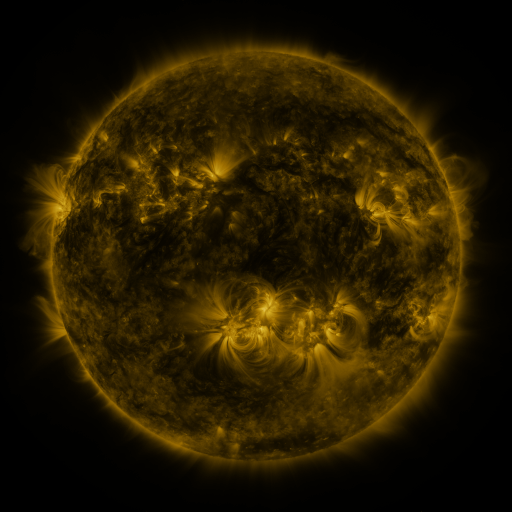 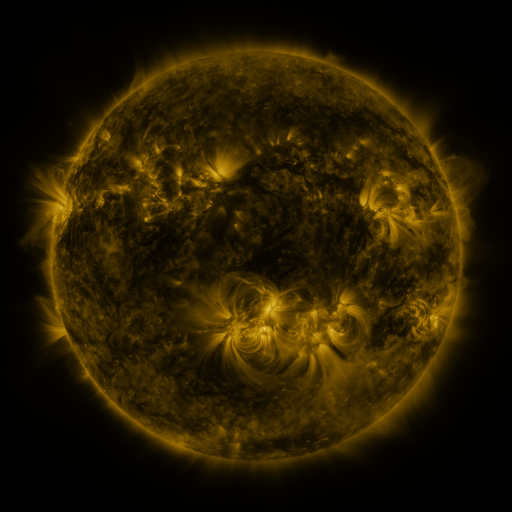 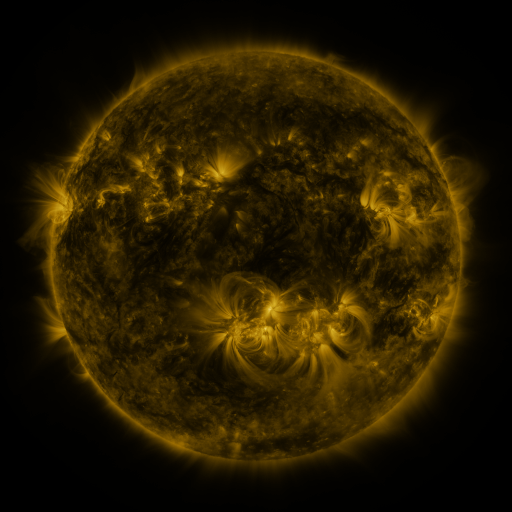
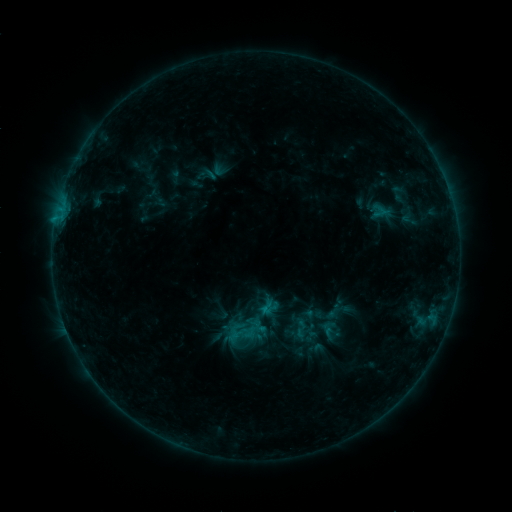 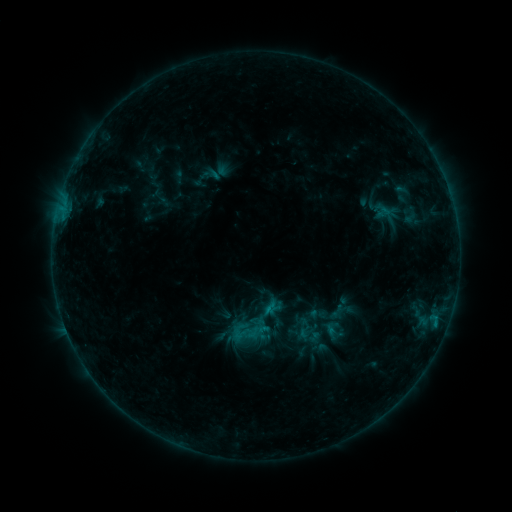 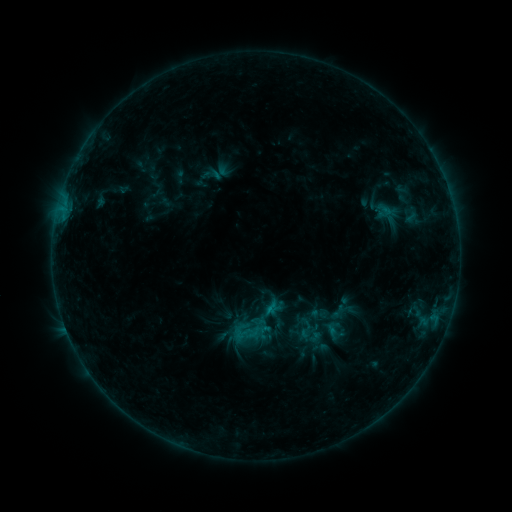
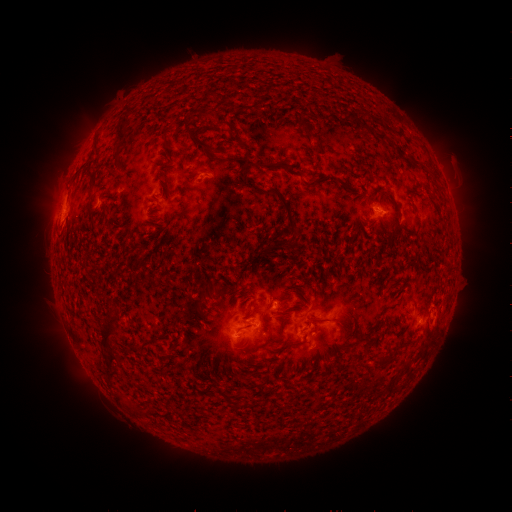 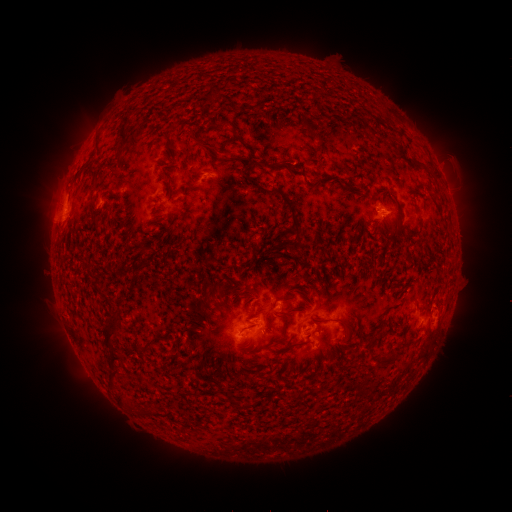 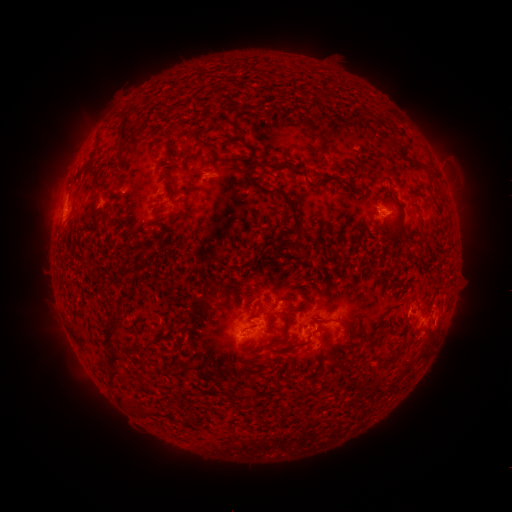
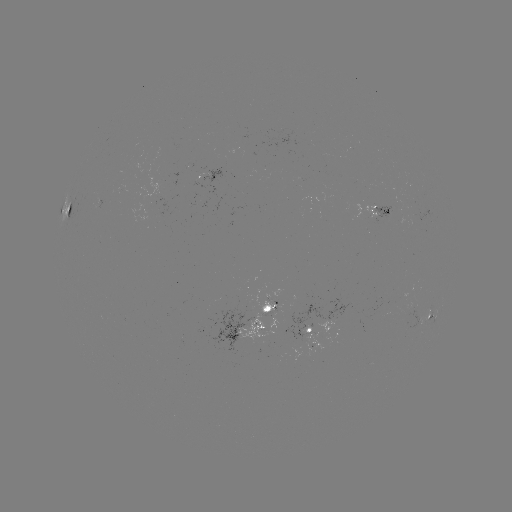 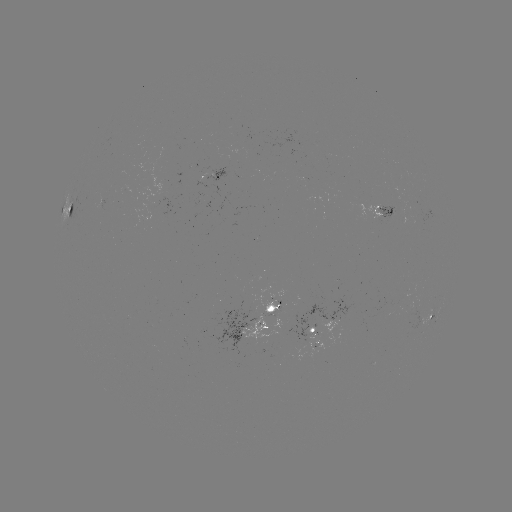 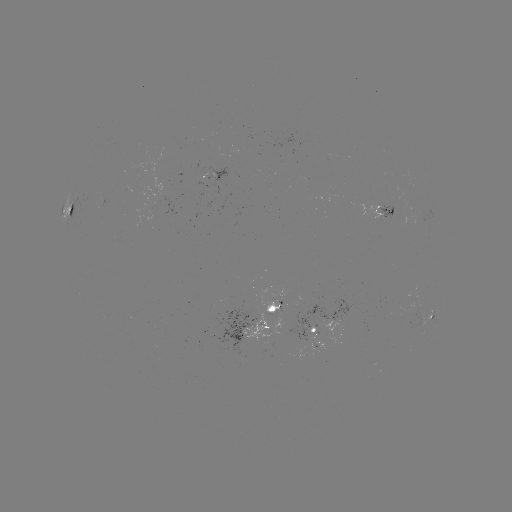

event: emerging-flux region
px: (315, 342)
